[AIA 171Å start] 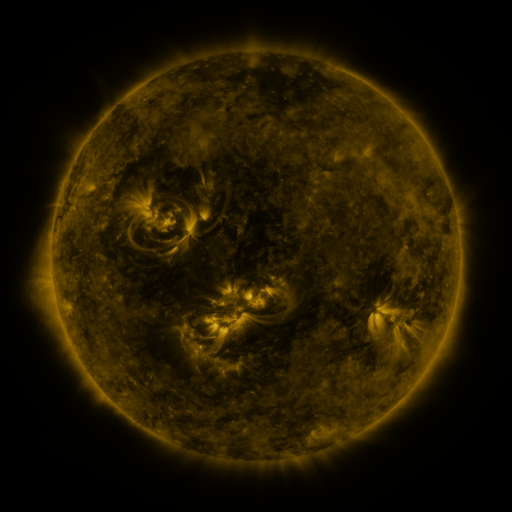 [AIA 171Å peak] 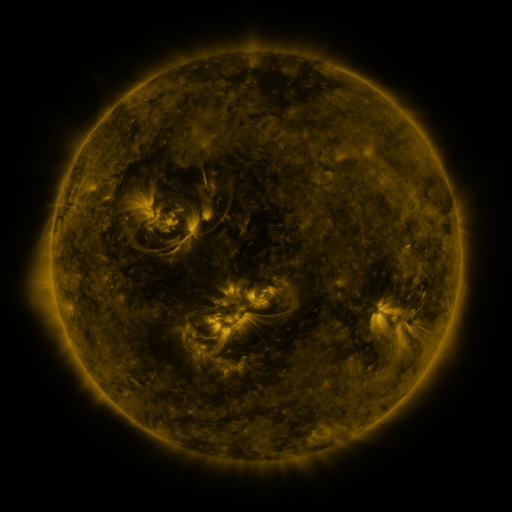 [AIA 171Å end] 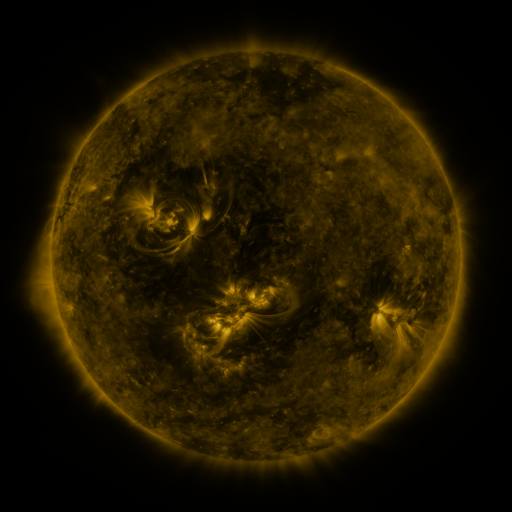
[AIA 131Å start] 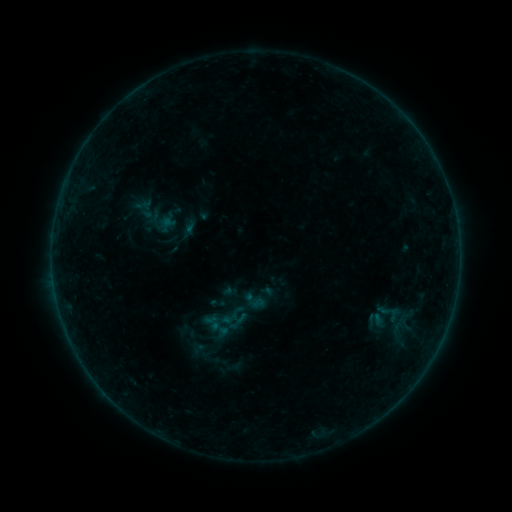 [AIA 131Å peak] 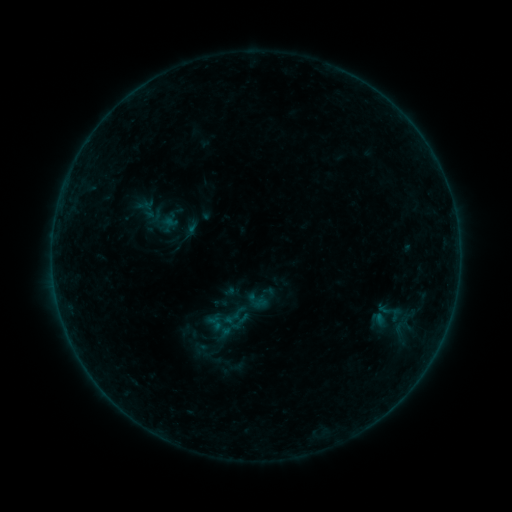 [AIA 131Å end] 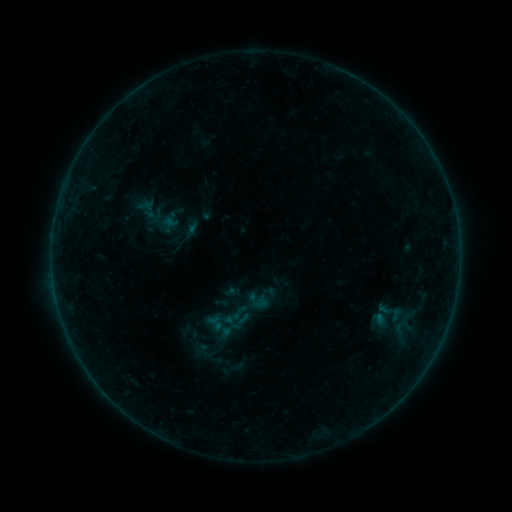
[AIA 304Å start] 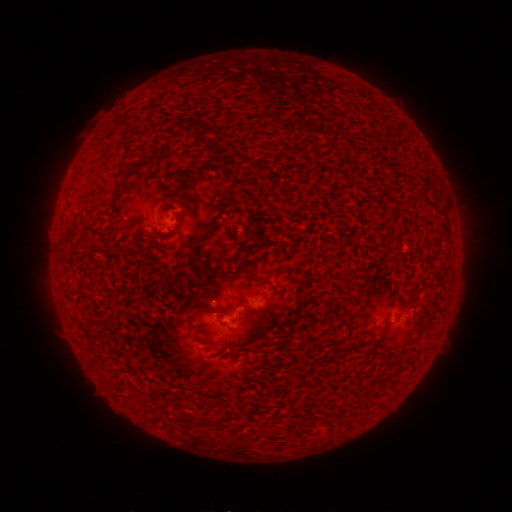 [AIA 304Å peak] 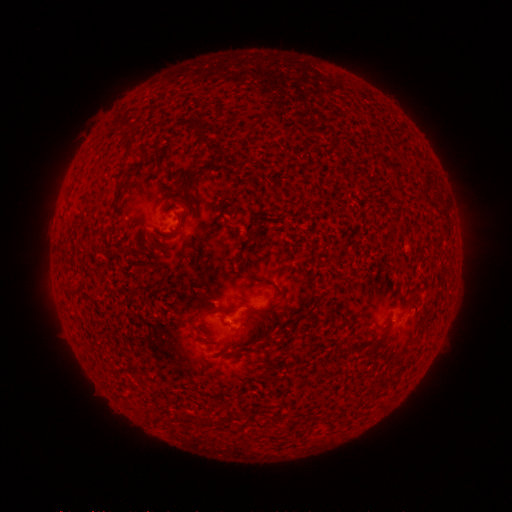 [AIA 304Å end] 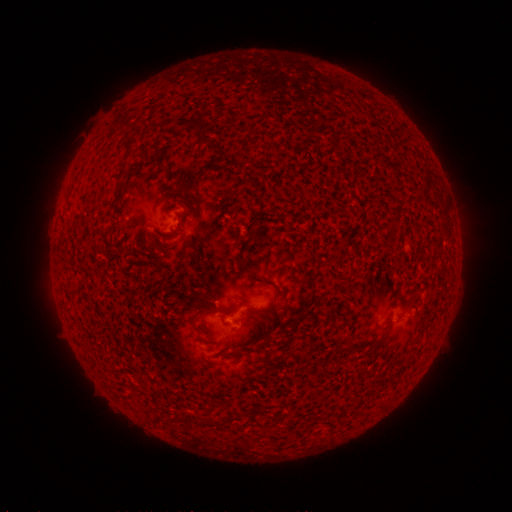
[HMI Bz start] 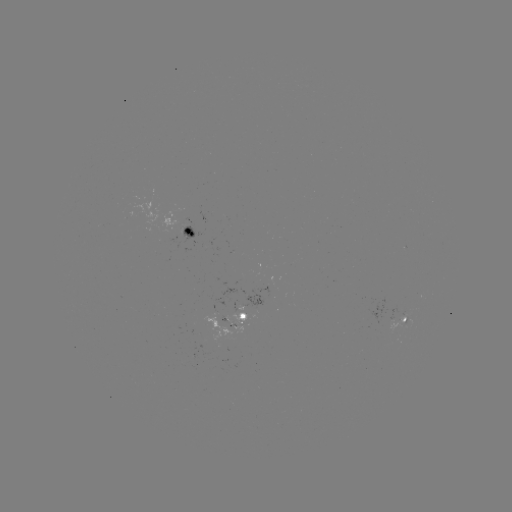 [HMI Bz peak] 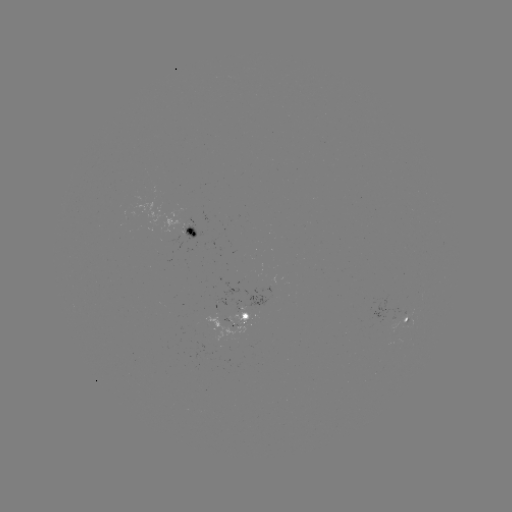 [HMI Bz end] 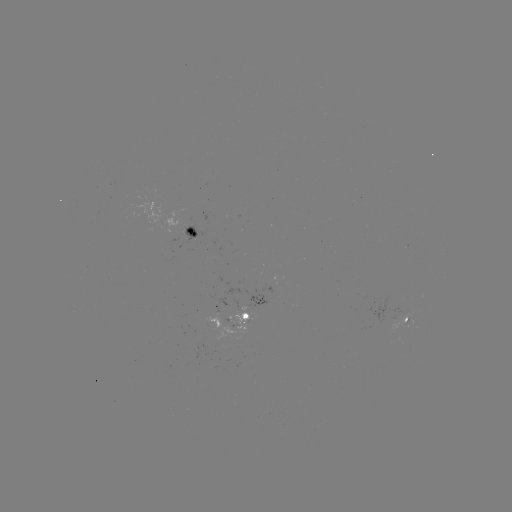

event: emerging-flux region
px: (190, 223)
